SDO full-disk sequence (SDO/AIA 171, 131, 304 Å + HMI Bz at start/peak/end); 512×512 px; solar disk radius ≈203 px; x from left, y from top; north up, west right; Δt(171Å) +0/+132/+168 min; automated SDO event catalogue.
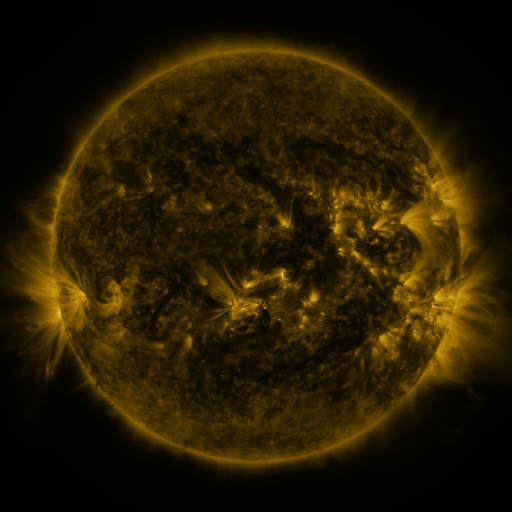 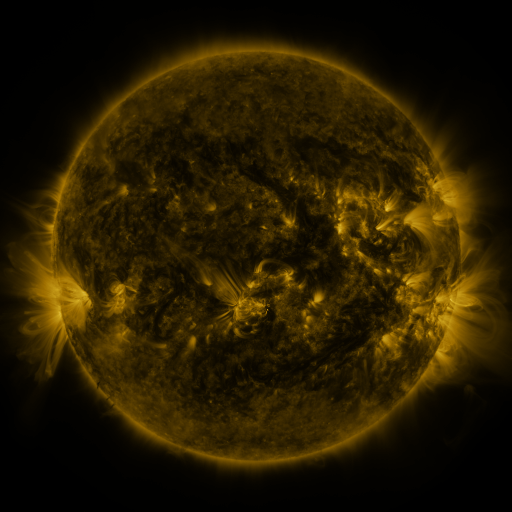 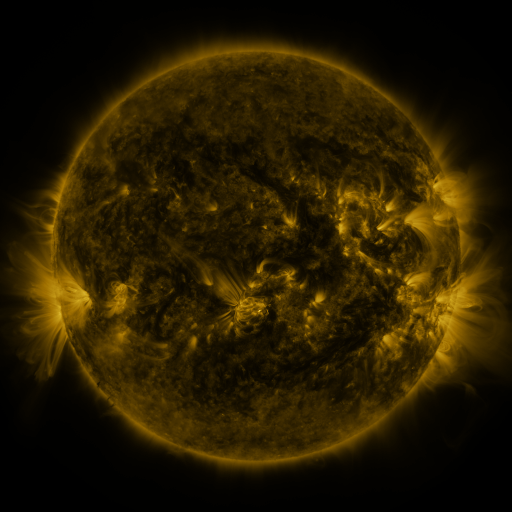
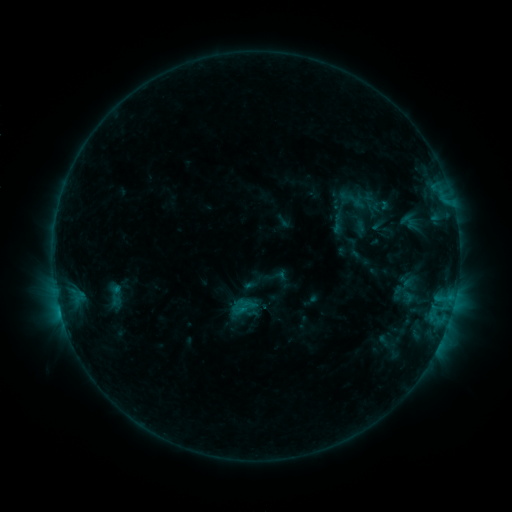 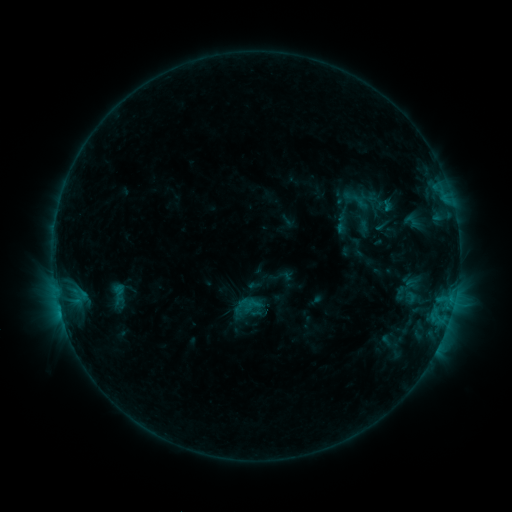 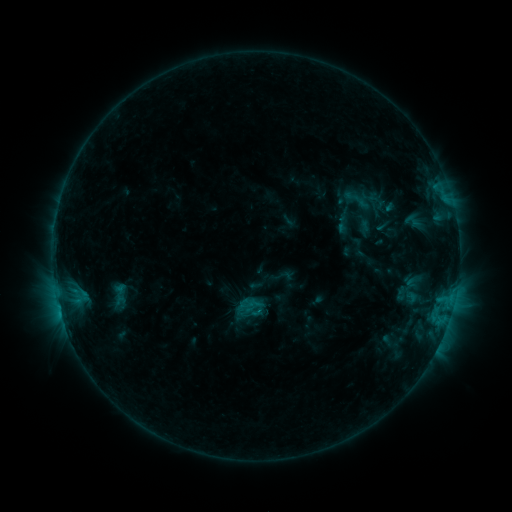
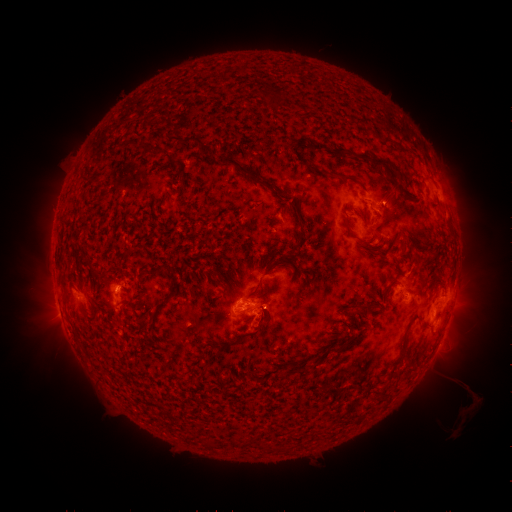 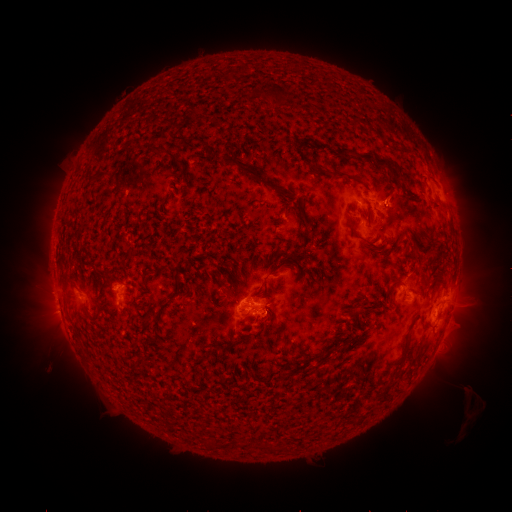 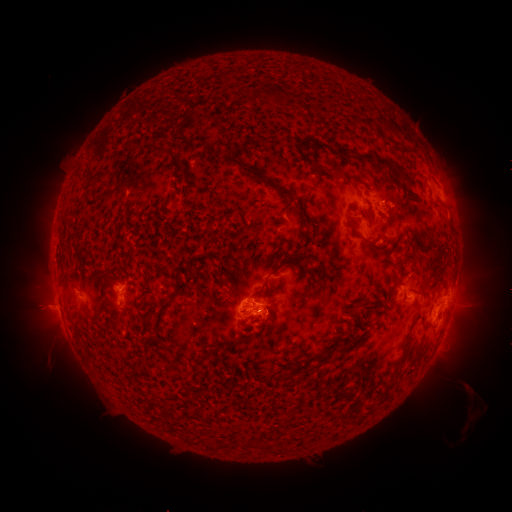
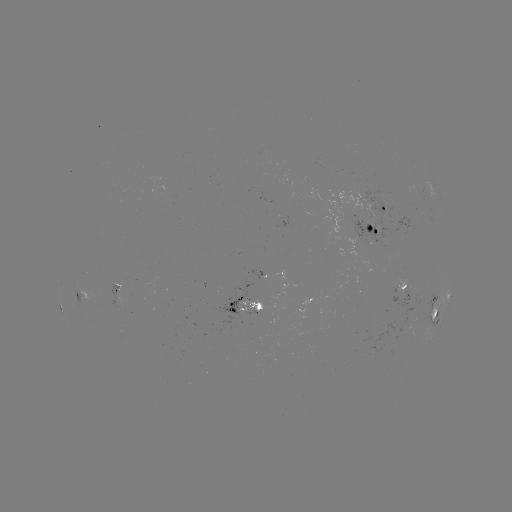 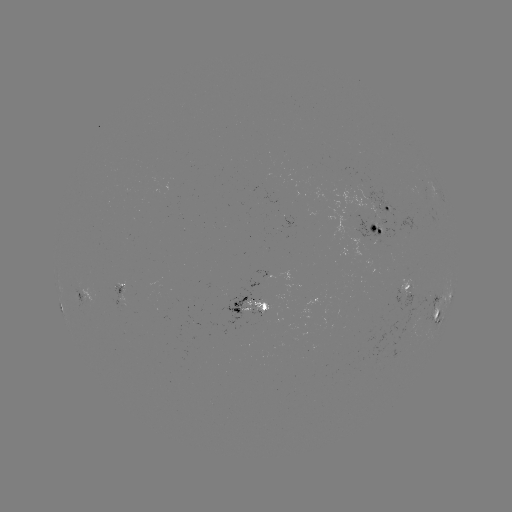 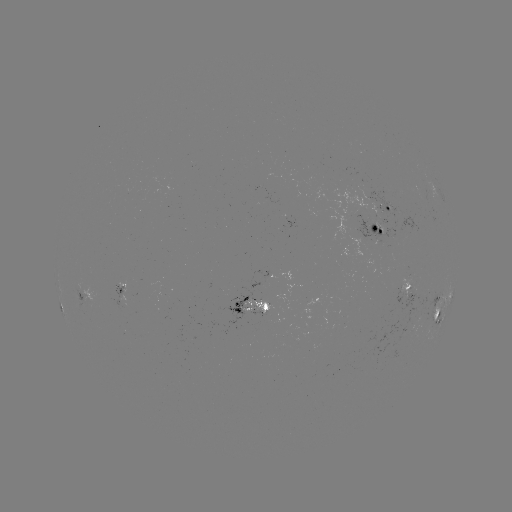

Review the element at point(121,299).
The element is emerging-flux region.